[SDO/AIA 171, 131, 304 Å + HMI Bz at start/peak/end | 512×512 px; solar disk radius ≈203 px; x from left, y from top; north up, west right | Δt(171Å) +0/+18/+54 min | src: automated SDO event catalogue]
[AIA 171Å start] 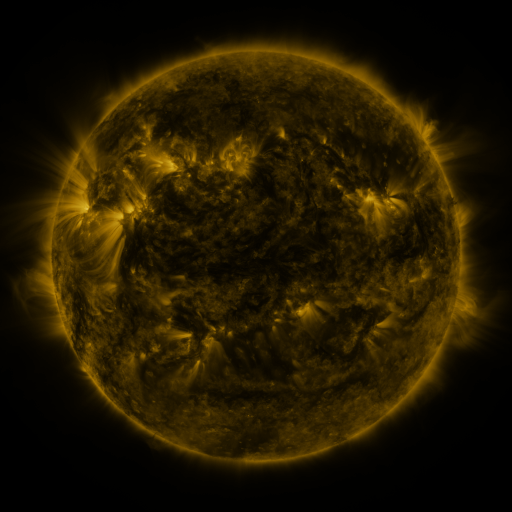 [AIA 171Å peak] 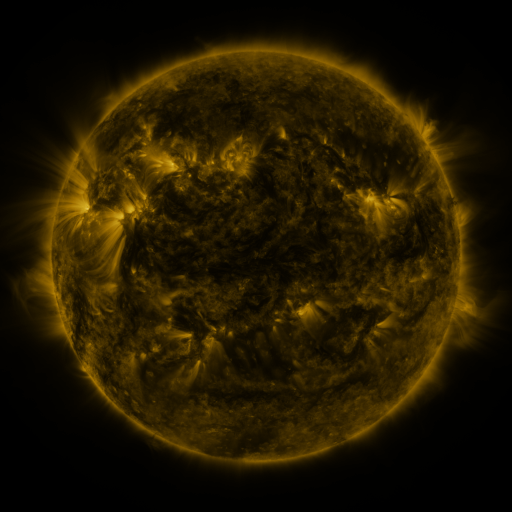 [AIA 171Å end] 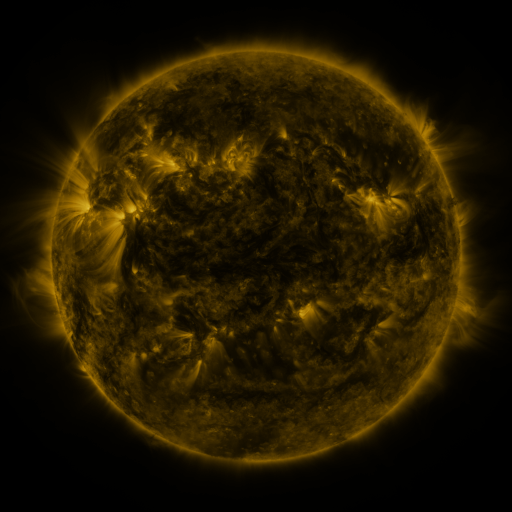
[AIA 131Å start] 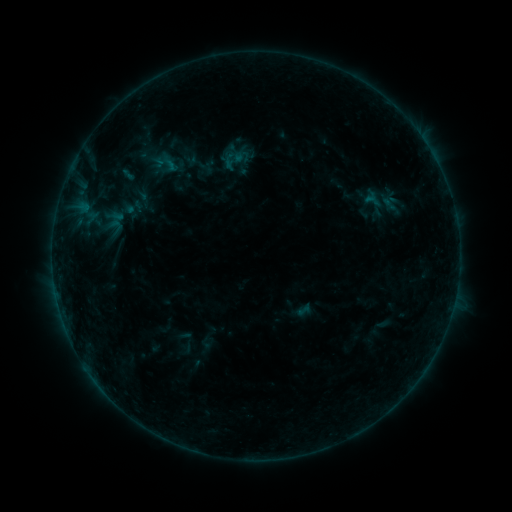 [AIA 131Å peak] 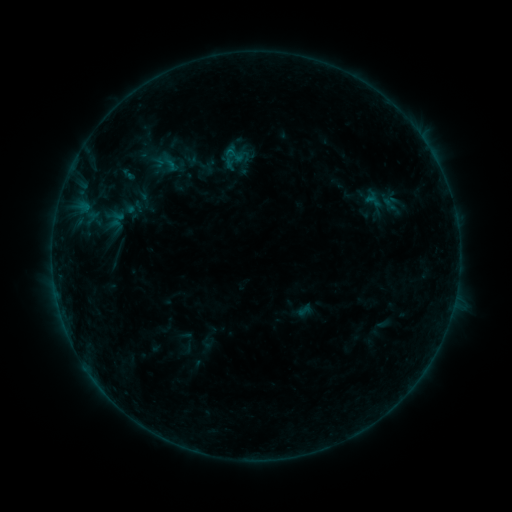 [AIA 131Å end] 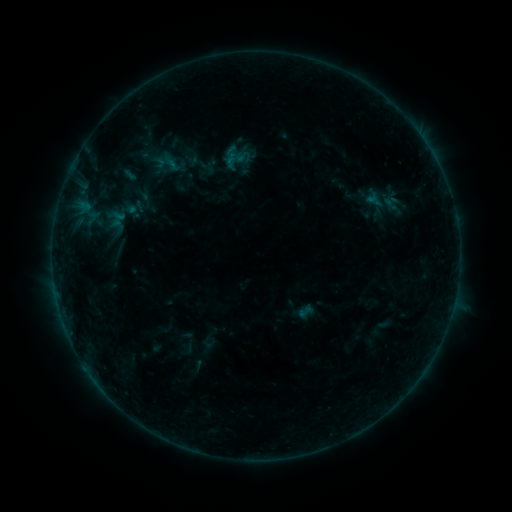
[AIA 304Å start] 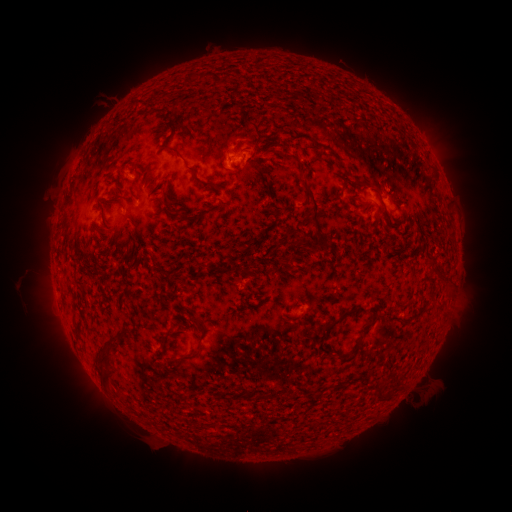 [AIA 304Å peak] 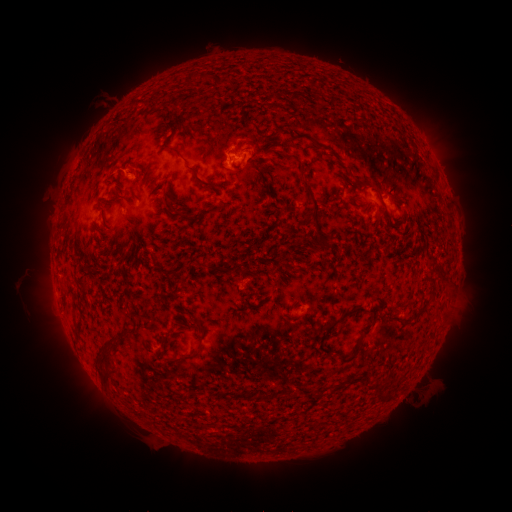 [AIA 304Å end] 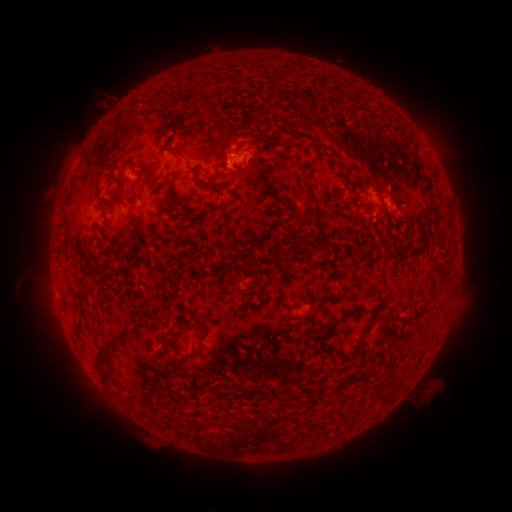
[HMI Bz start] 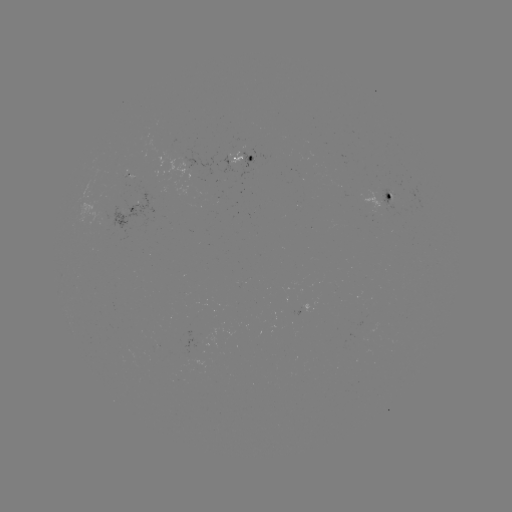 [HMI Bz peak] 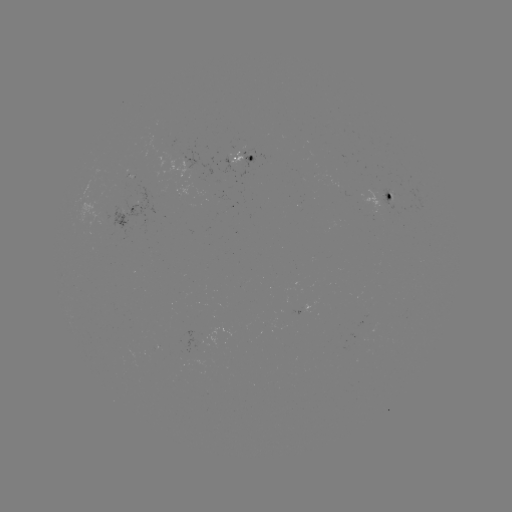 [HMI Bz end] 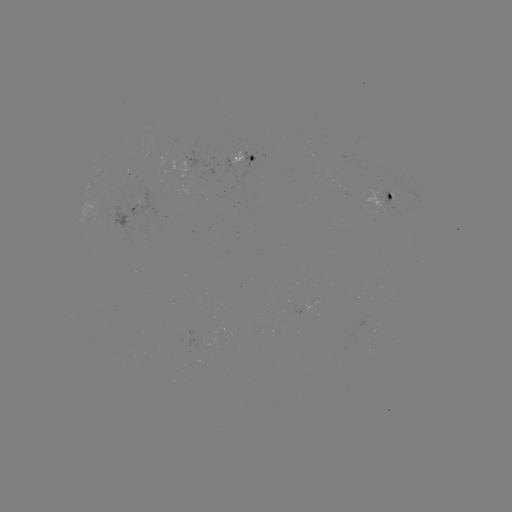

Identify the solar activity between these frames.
B2.8 flare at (230, 152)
